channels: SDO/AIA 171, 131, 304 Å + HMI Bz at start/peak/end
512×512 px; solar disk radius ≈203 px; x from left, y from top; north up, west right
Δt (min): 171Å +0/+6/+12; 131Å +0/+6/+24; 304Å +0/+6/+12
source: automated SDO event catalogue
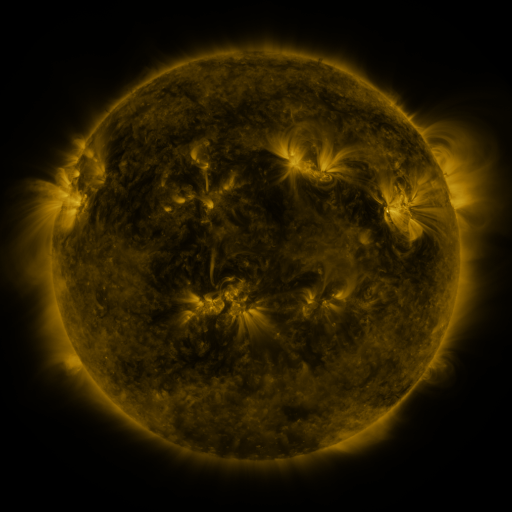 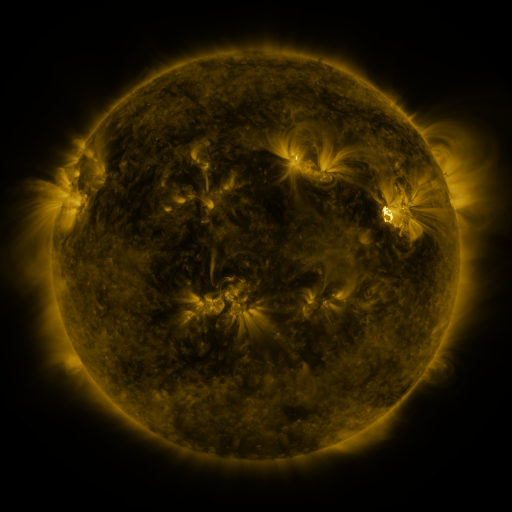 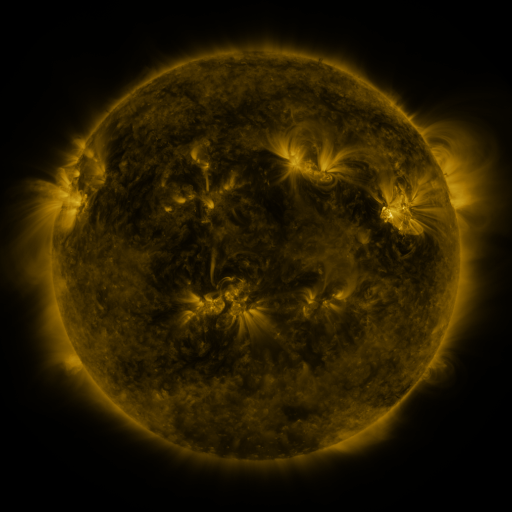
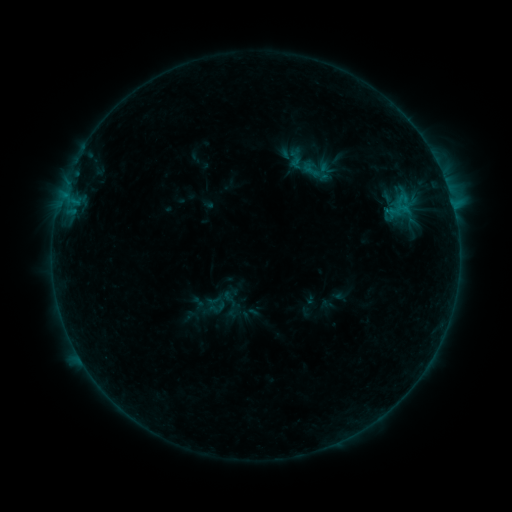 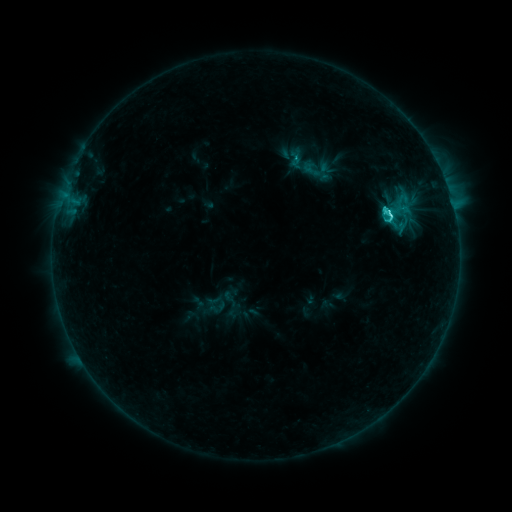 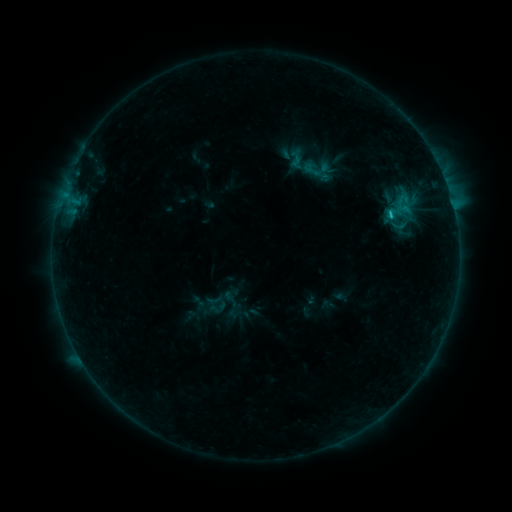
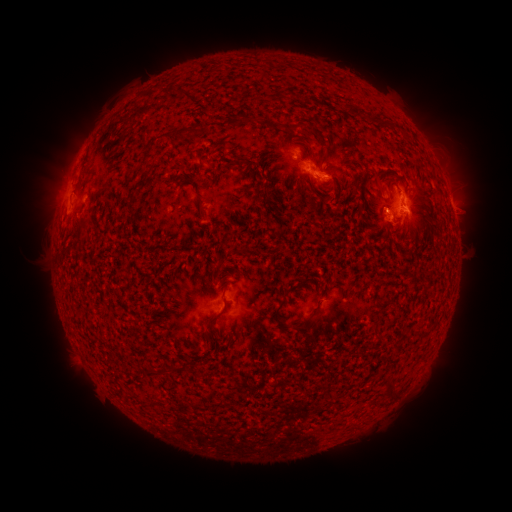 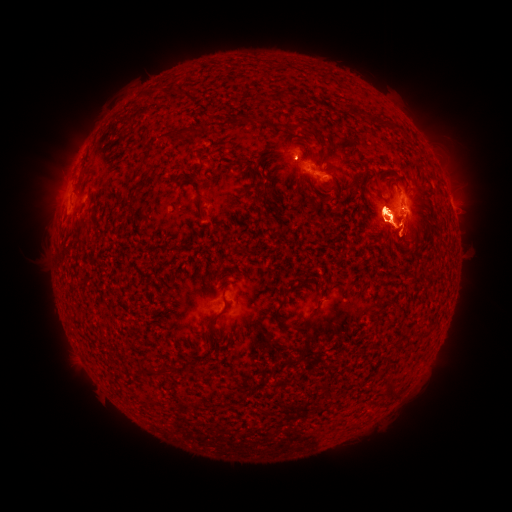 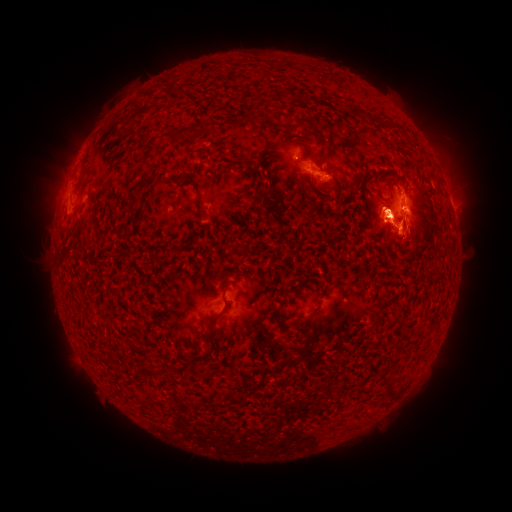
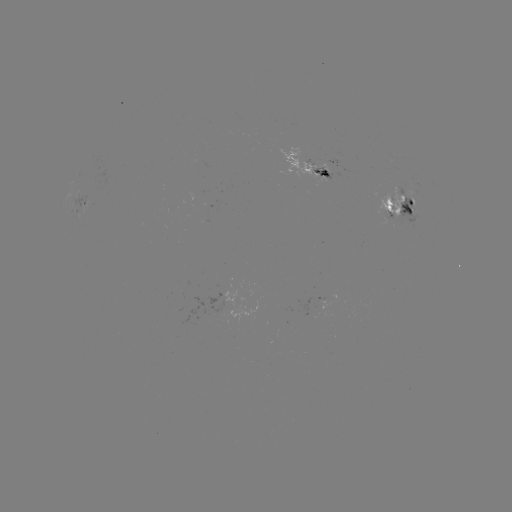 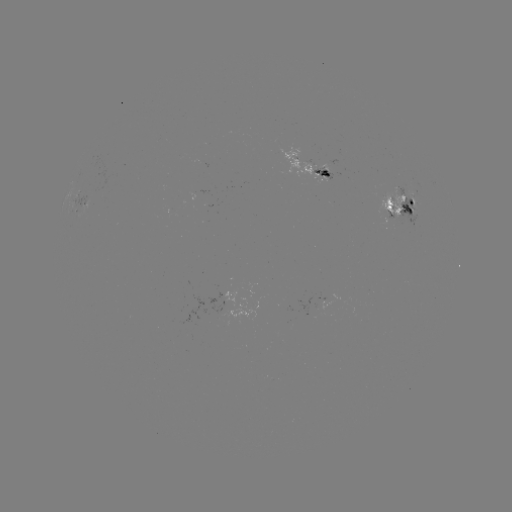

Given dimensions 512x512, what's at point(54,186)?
eruption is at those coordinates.